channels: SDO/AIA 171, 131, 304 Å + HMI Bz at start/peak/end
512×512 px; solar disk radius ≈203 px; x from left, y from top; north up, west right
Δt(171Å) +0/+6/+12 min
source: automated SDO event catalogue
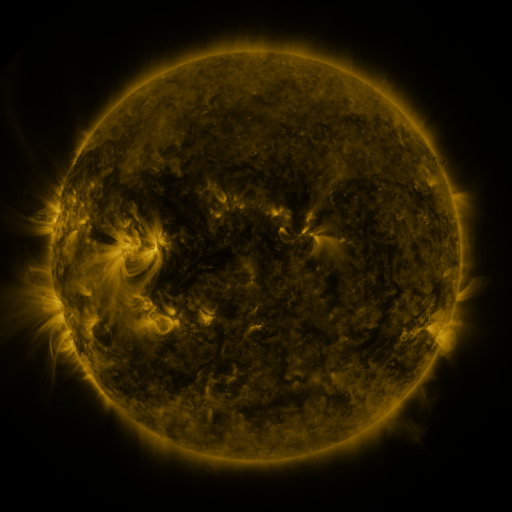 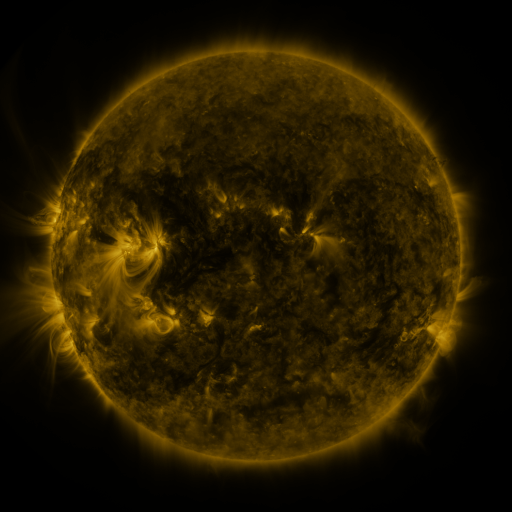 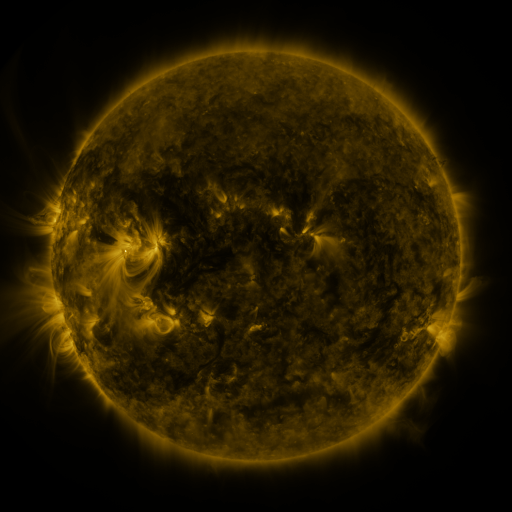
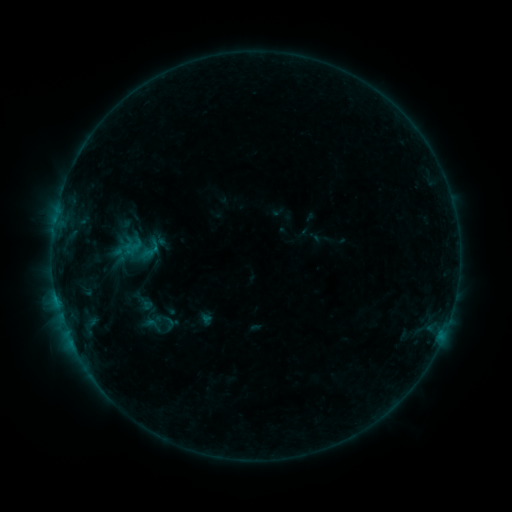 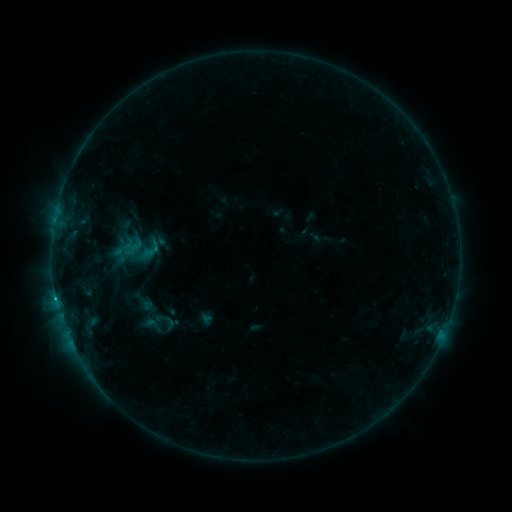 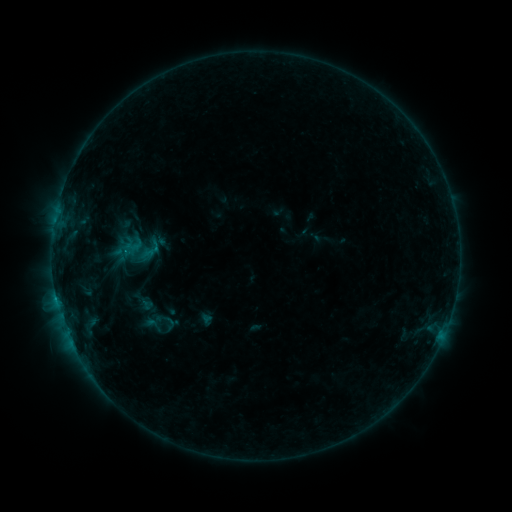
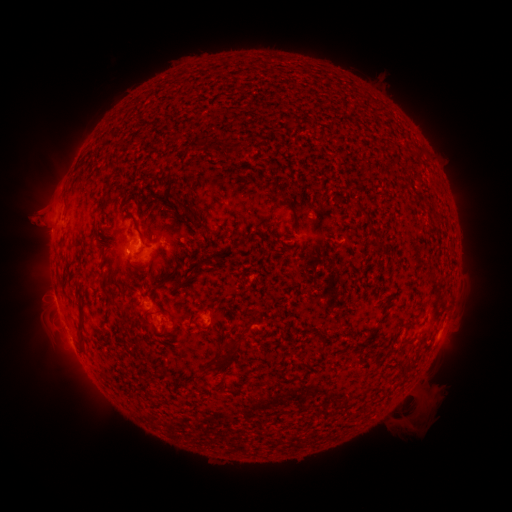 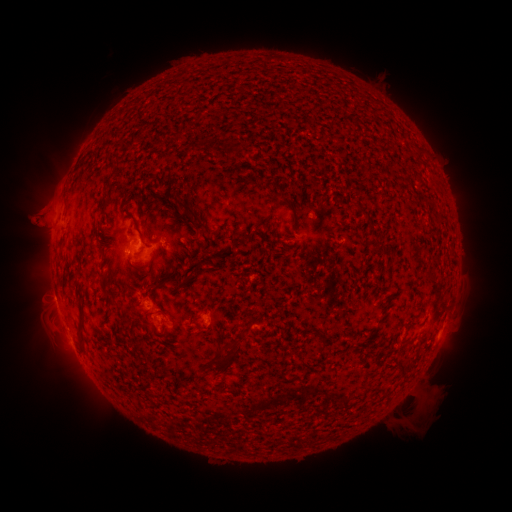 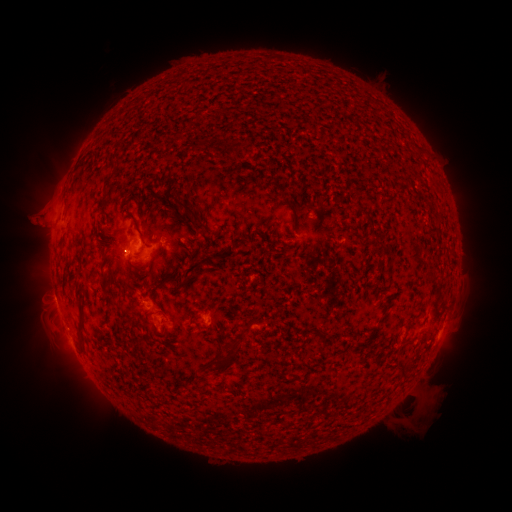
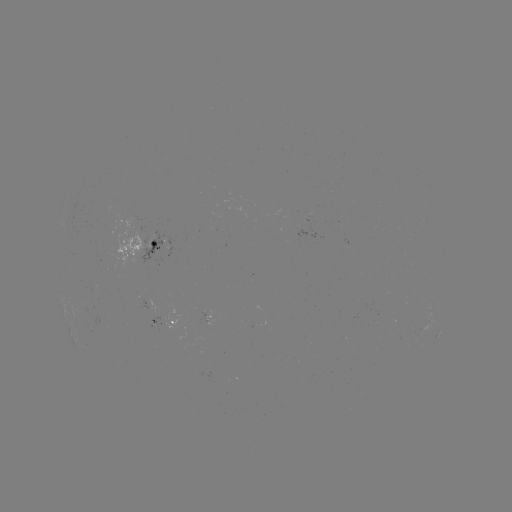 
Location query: B5.4 flare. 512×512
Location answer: (56, 295).